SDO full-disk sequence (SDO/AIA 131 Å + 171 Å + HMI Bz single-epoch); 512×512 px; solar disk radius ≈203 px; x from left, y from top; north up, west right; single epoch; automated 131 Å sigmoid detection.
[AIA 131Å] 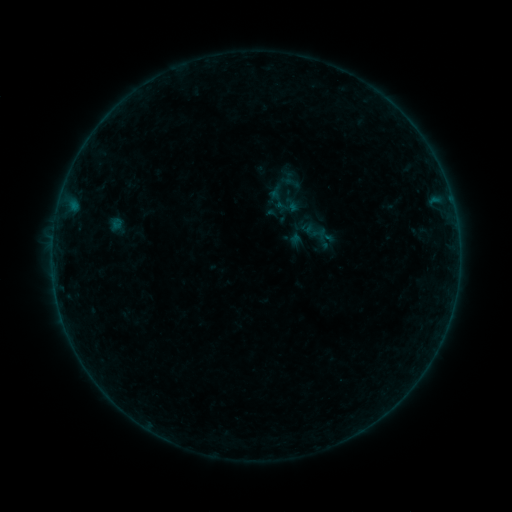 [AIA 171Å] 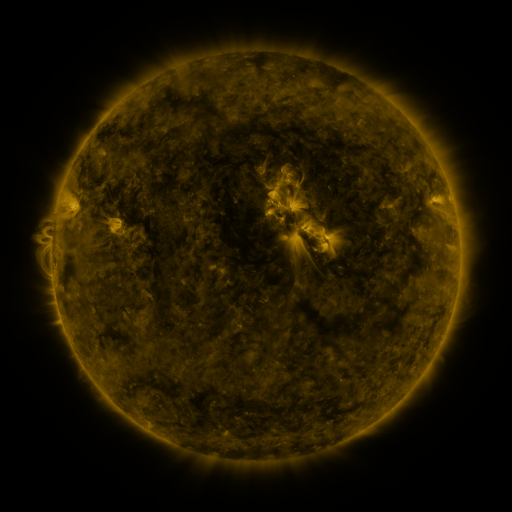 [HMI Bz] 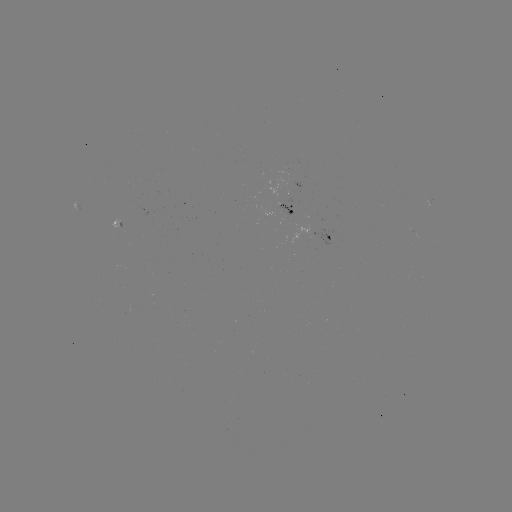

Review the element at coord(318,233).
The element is sigmoid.